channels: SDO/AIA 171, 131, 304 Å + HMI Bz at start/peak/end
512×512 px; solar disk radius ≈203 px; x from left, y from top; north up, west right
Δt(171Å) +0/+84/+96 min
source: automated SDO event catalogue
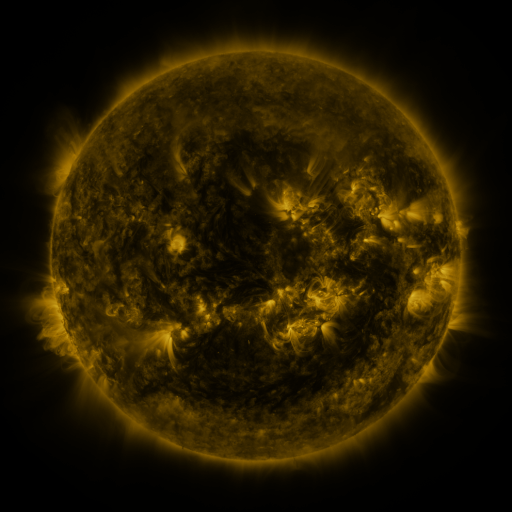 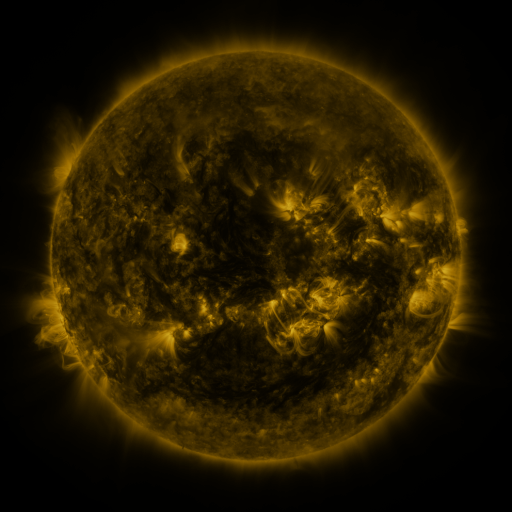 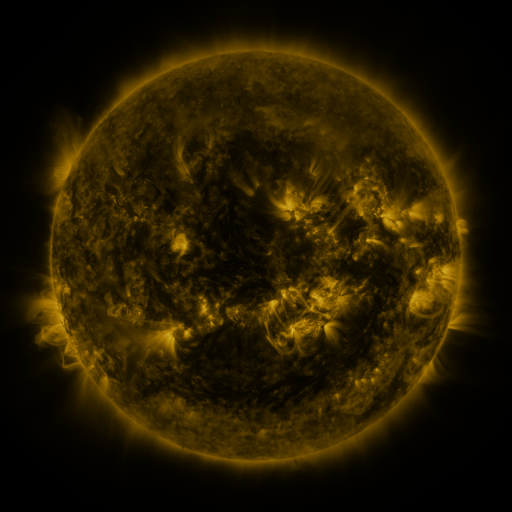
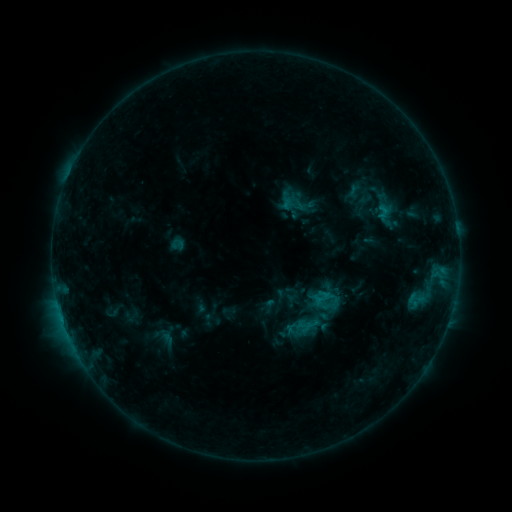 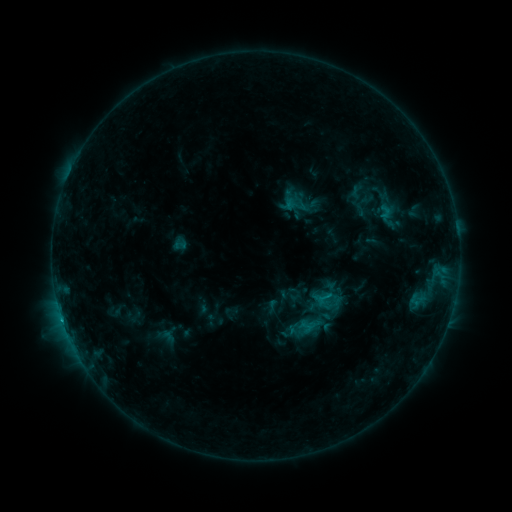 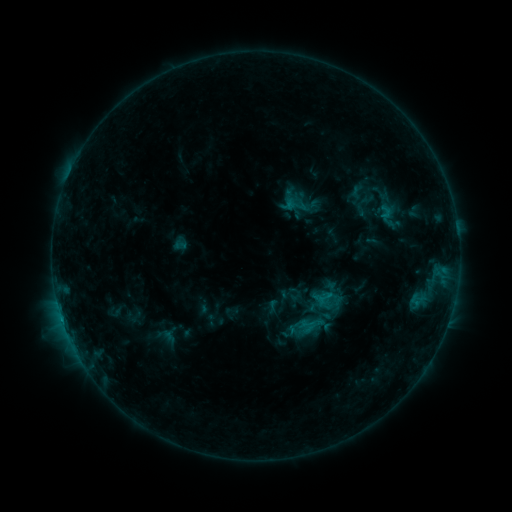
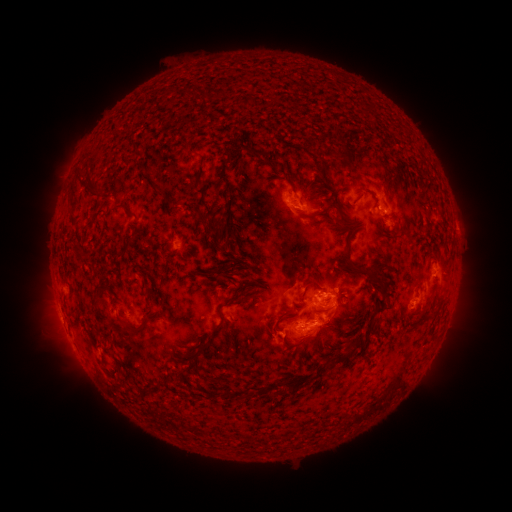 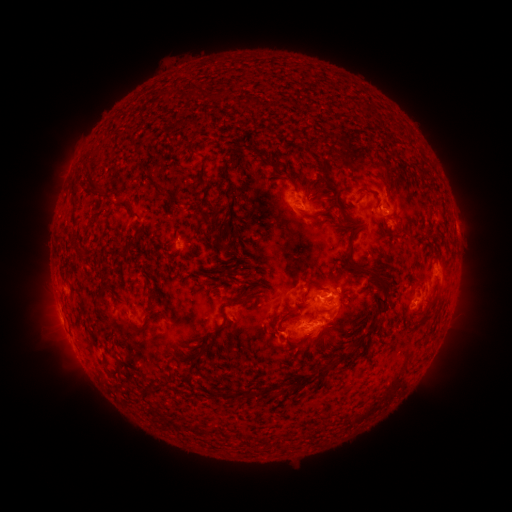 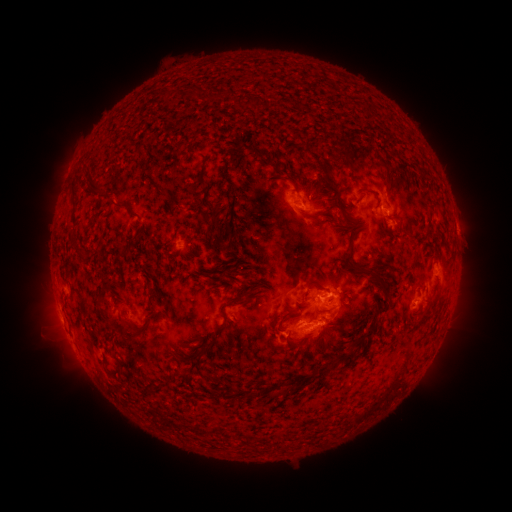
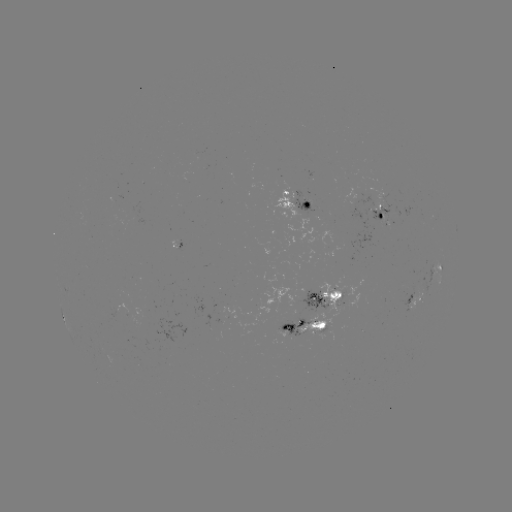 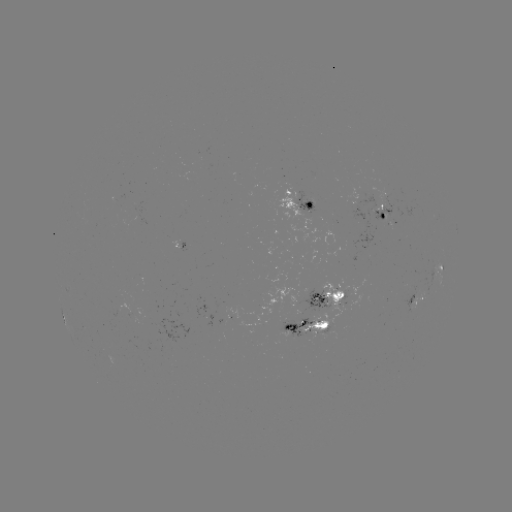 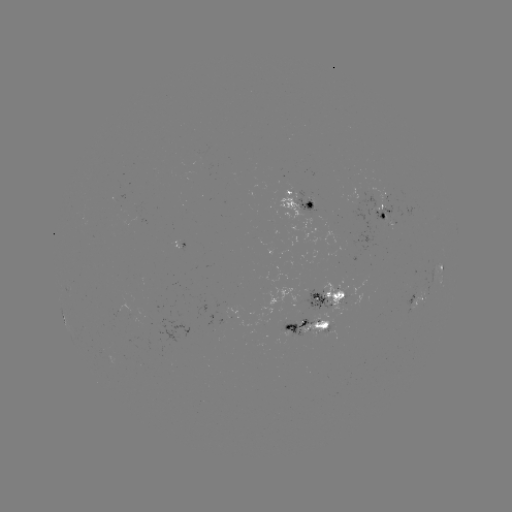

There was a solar emerging-flux region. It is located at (310, 203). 